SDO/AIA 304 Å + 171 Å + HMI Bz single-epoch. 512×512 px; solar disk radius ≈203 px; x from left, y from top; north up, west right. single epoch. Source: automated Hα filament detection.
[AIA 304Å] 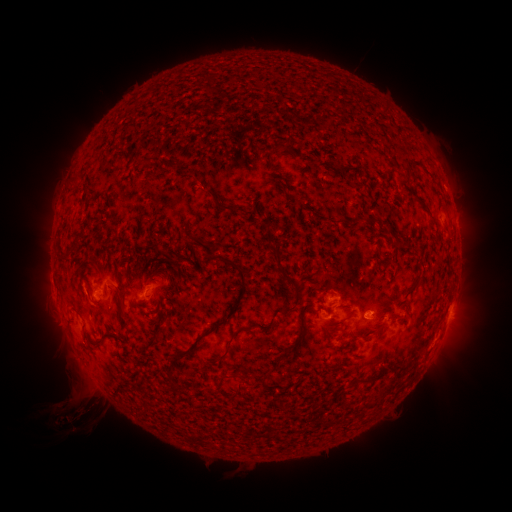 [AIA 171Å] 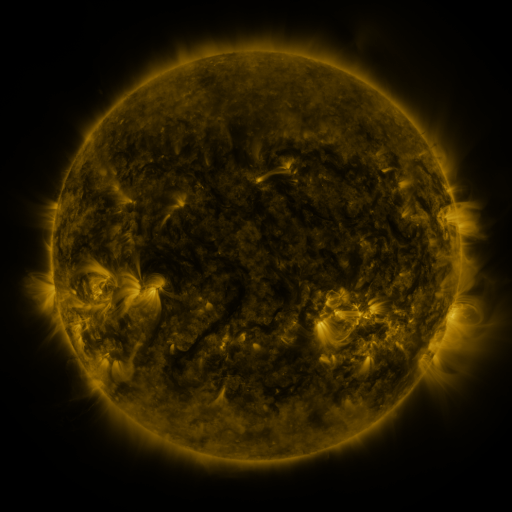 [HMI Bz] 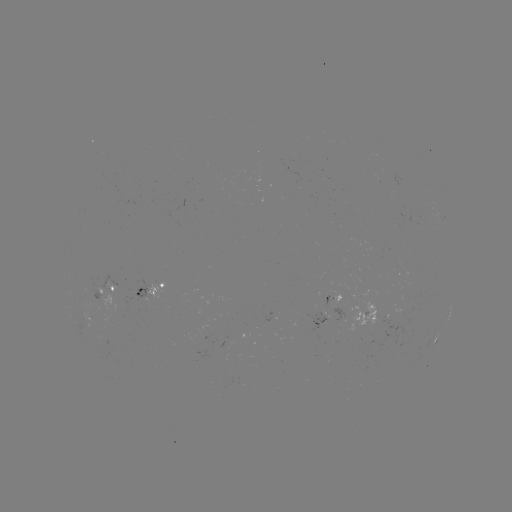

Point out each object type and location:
filament: (278, 150)
filament: (76, 178)
filament: (220, 205)
filament: (371, 221)
filament: (271, 238)
filament: (74, 244)
filament: (207, 248)
filament: (63, 258)
filament: (278, 261)
filament: (242, 274)
filament: (119, 293)
filament: (286, 310)
filament: (225, 320)
filament: (301, 324)
filament: (226, 351)
filament: (168, 370)
filament: (368, 380)
filament: (236, 390)
